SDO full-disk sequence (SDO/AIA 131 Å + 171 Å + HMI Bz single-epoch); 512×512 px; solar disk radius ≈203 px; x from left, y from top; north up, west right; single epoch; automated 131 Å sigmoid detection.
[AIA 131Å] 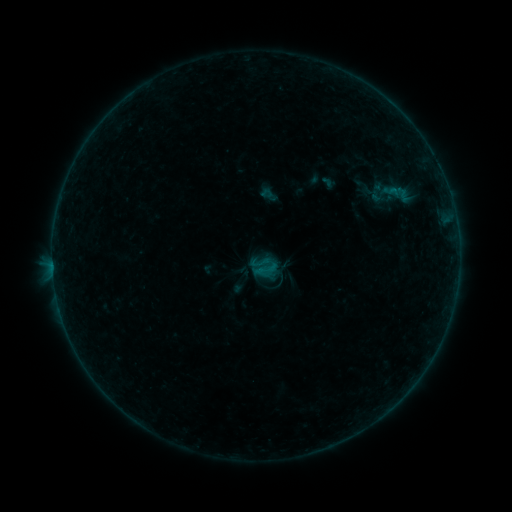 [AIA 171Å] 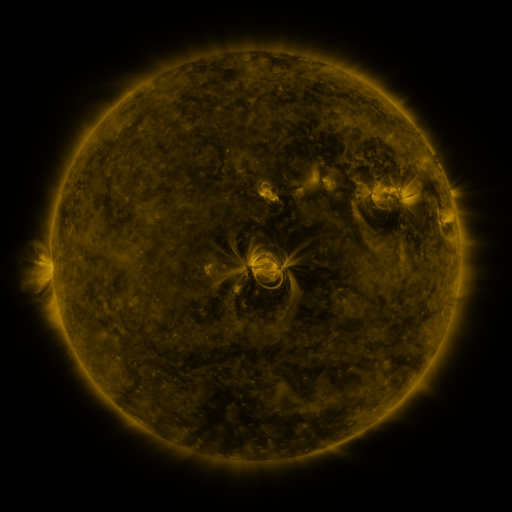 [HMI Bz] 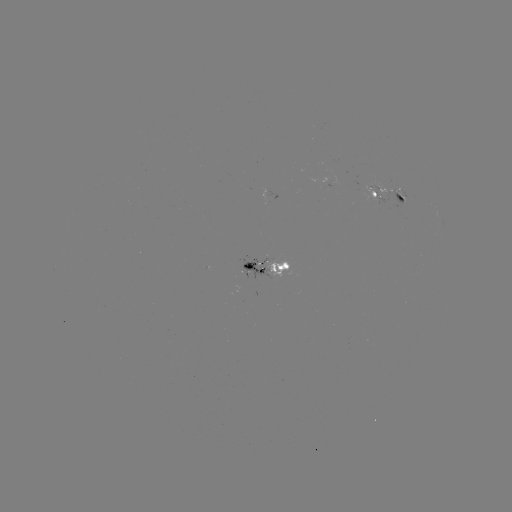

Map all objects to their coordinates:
sigmoid: [250, 253, 269, 273]
